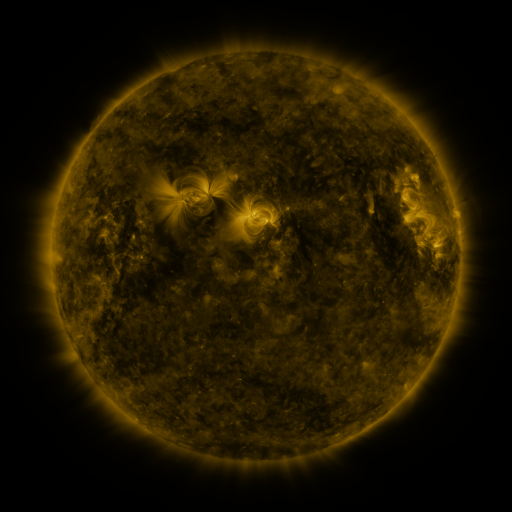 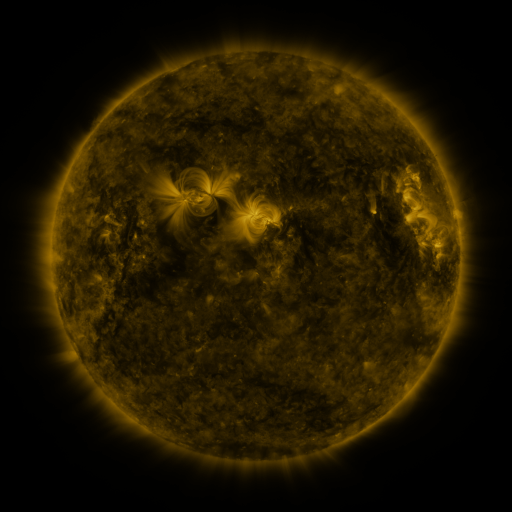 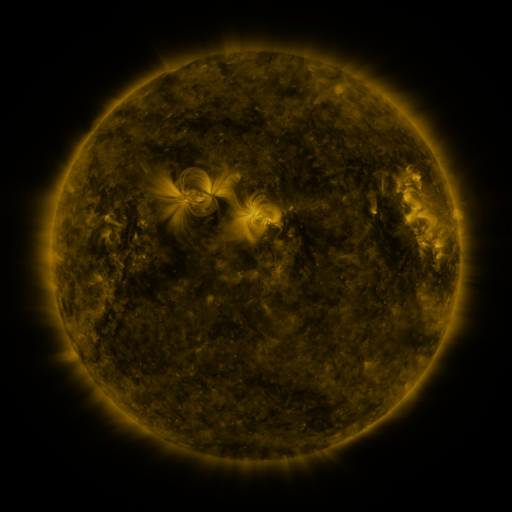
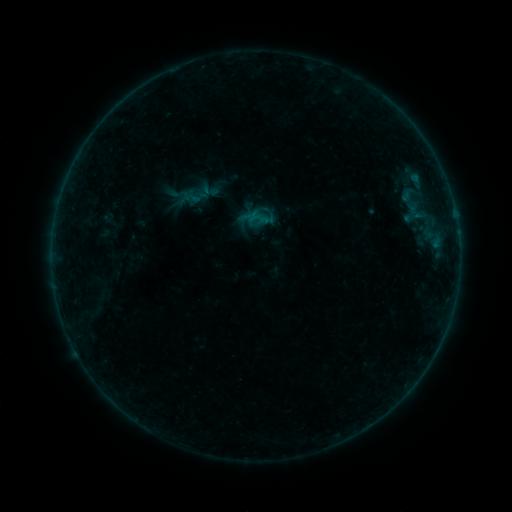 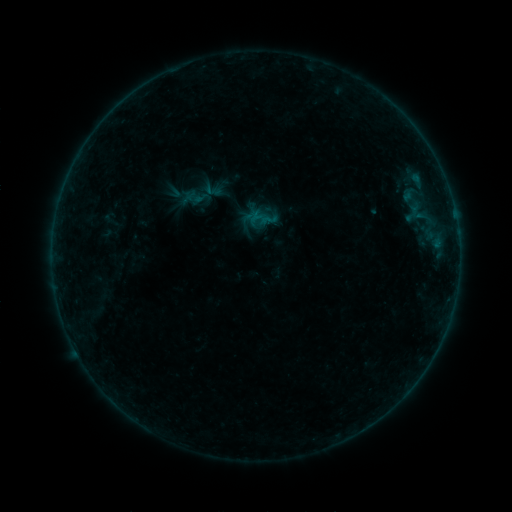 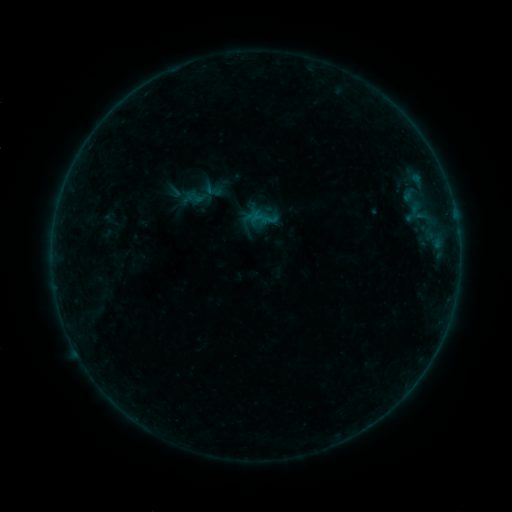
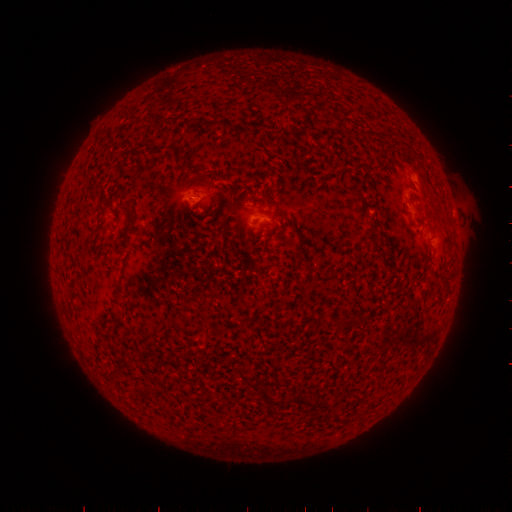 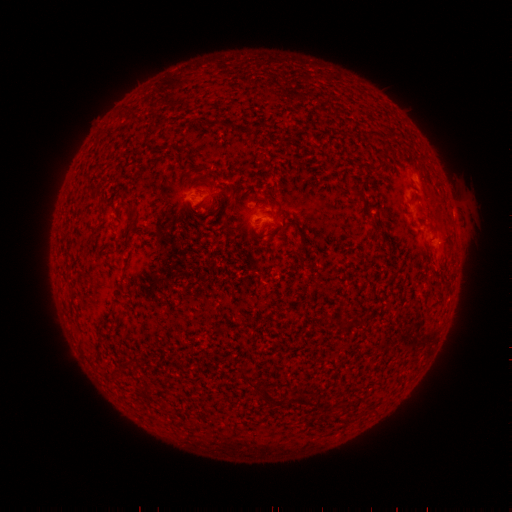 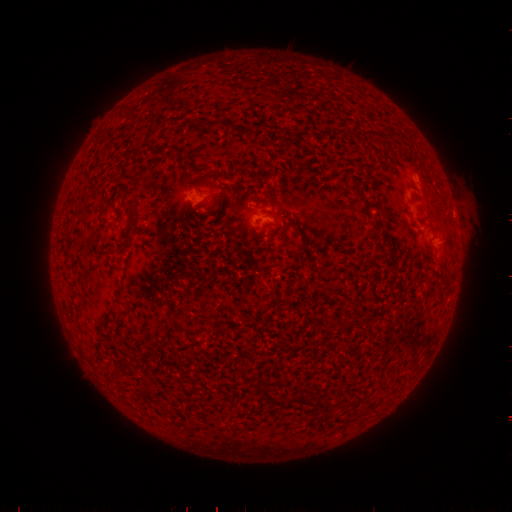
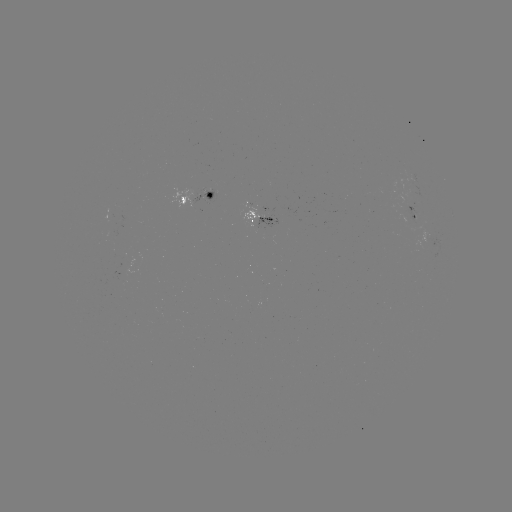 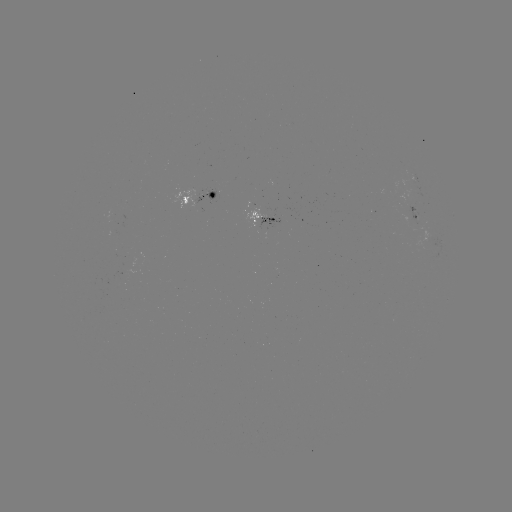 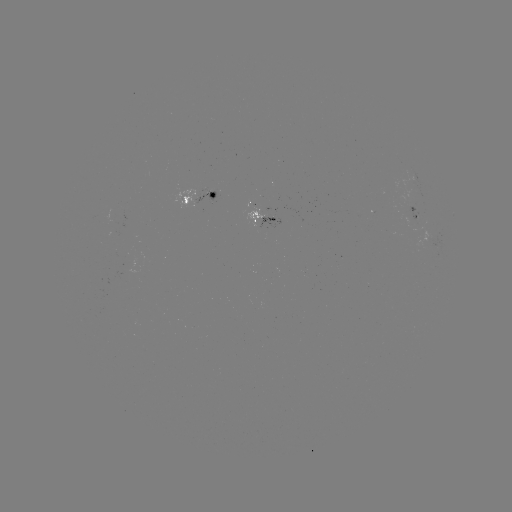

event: emerging-flux region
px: (192, 197)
